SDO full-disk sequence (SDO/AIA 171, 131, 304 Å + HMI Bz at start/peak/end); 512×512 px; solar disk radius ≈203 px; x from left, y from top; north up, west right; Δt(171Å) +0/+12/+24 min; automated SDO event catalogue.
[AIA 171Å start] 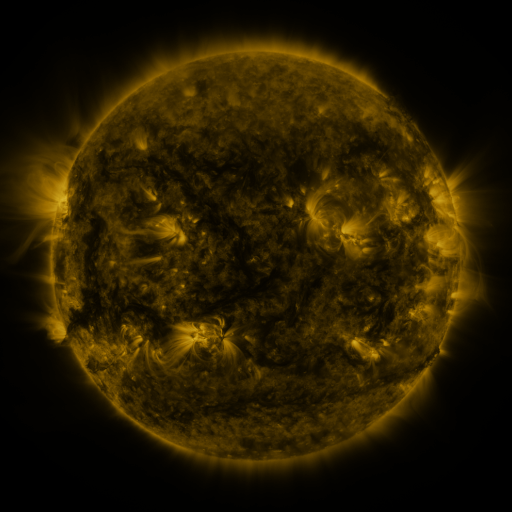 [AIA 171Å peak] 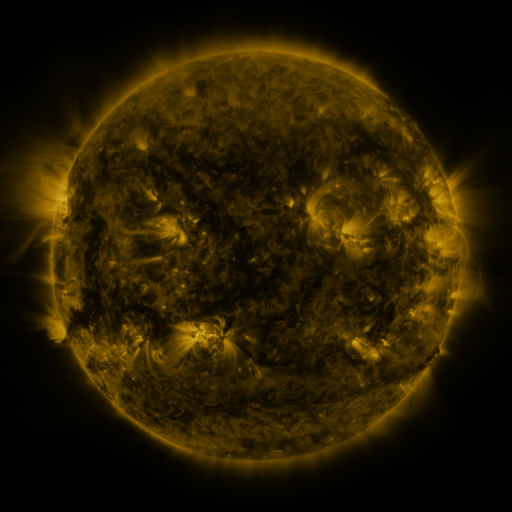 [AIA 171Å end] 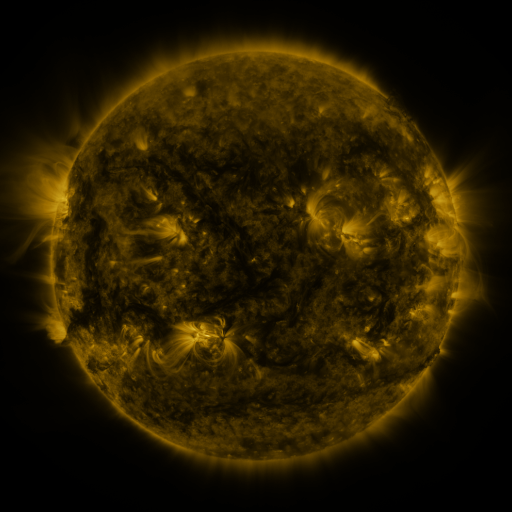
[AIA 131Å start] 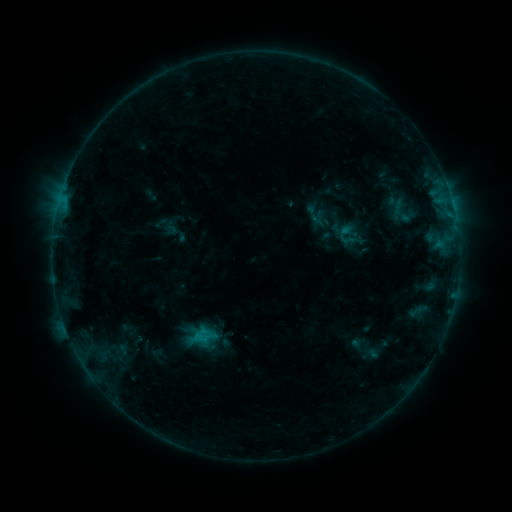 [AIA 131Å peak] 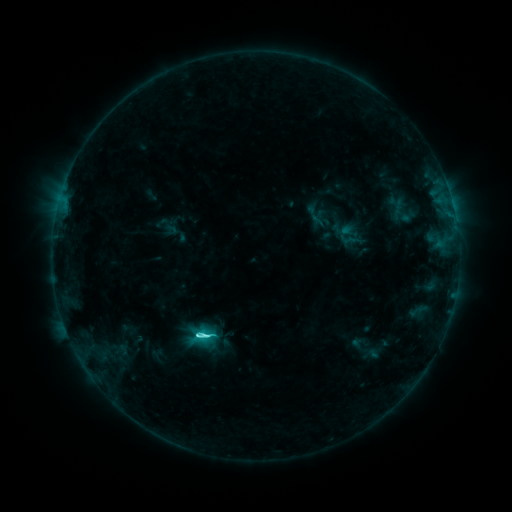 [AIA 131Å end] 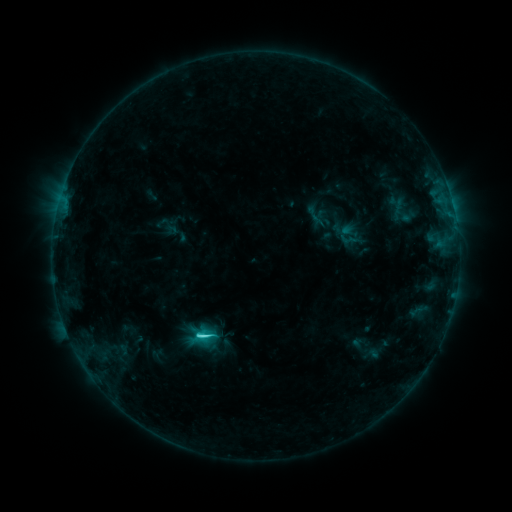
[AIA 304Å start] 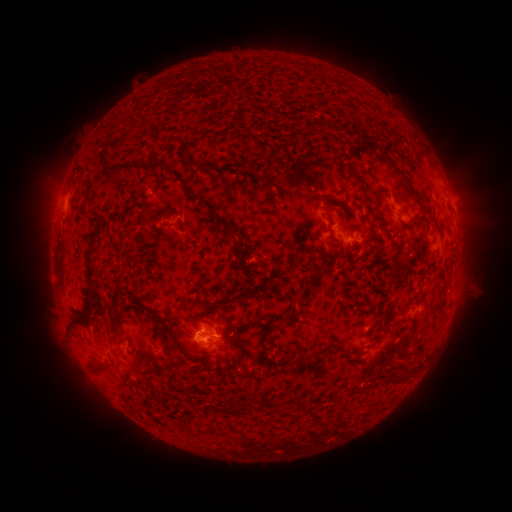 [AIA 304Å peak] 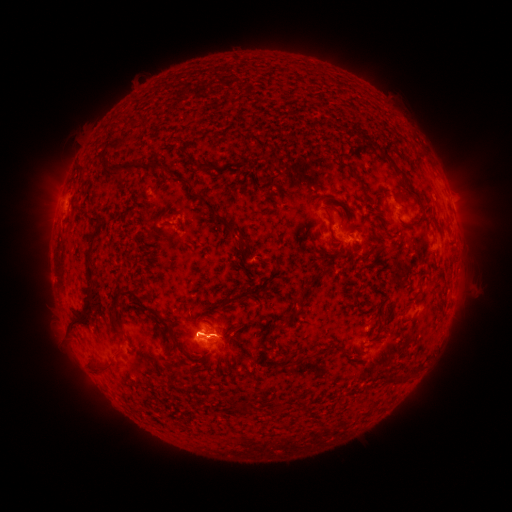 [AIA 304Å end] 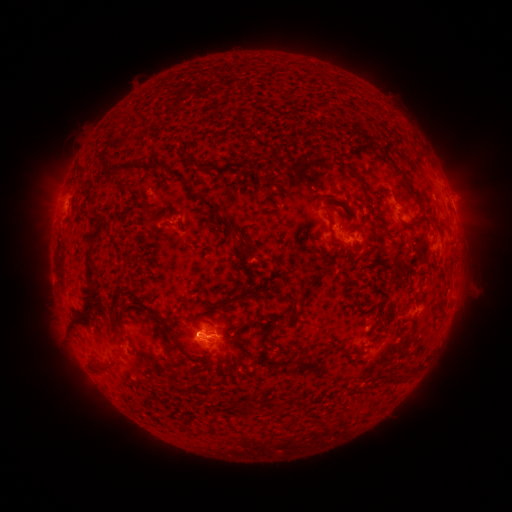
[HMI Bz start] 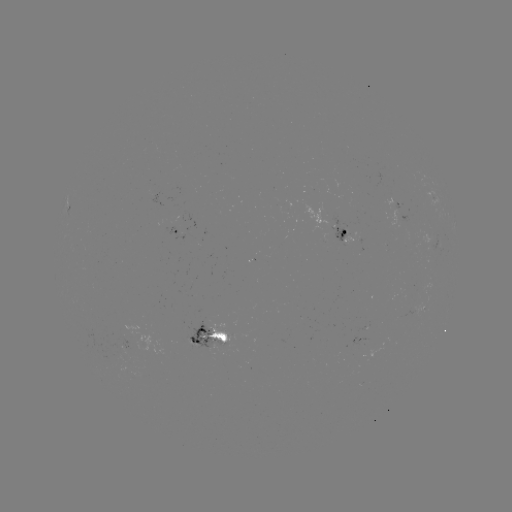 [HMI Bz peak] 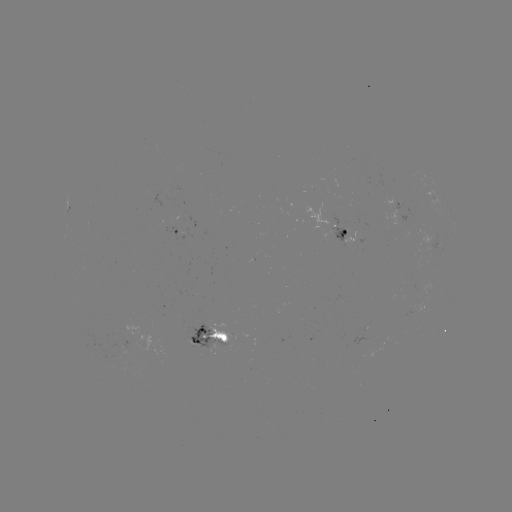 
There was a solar flare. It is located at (198, 335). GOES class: C4.8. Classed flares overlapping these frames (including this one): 1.